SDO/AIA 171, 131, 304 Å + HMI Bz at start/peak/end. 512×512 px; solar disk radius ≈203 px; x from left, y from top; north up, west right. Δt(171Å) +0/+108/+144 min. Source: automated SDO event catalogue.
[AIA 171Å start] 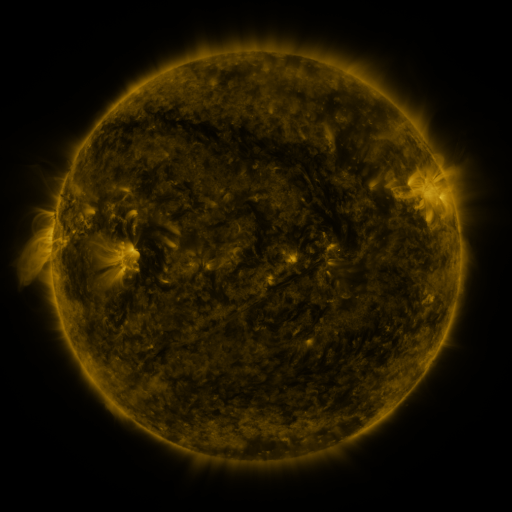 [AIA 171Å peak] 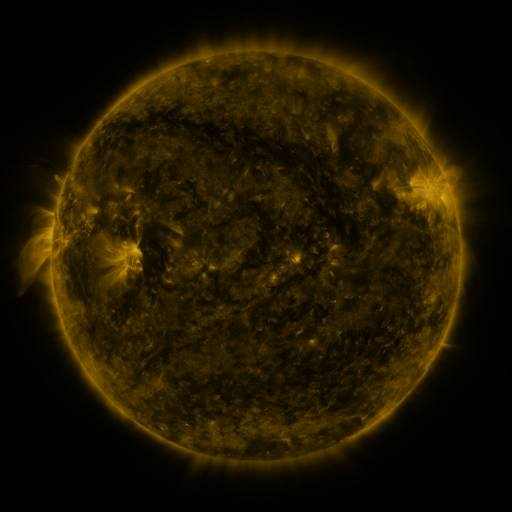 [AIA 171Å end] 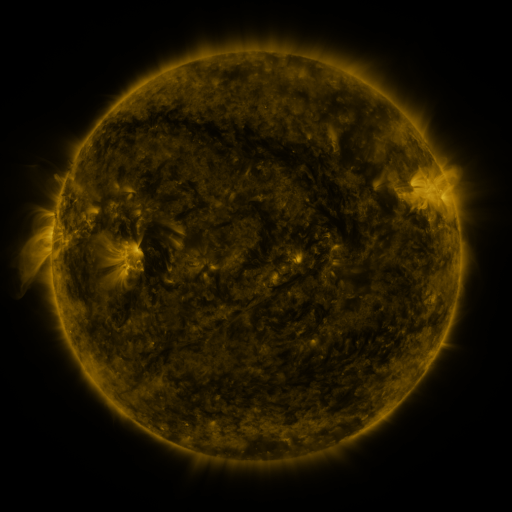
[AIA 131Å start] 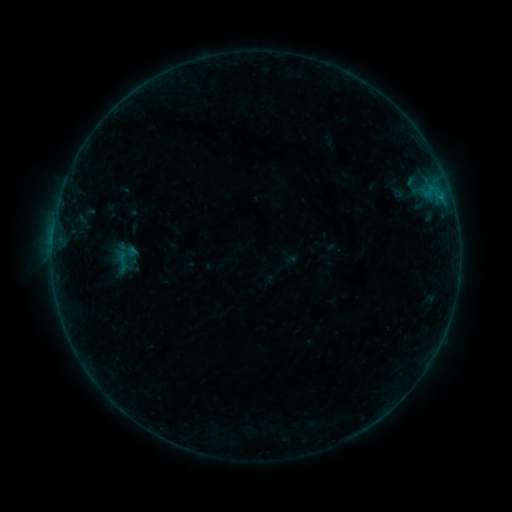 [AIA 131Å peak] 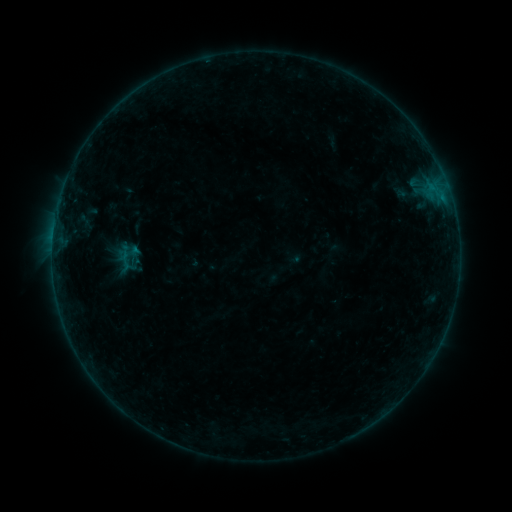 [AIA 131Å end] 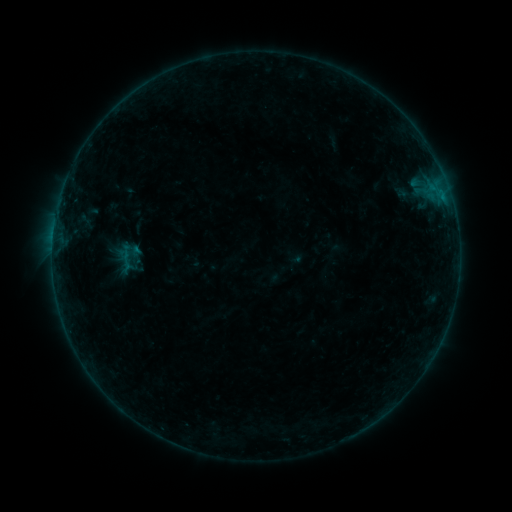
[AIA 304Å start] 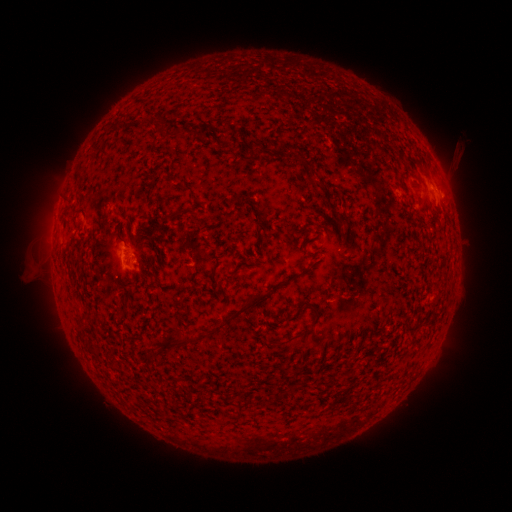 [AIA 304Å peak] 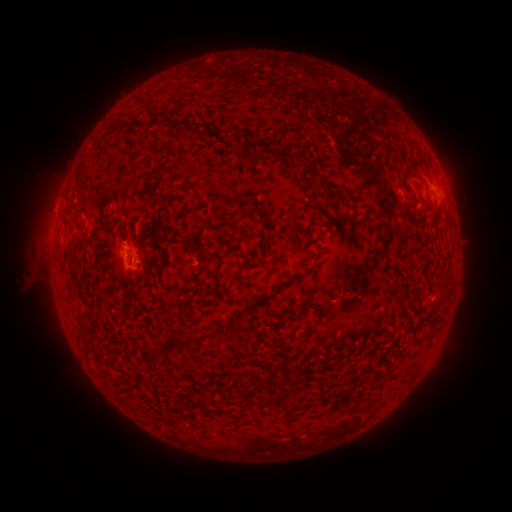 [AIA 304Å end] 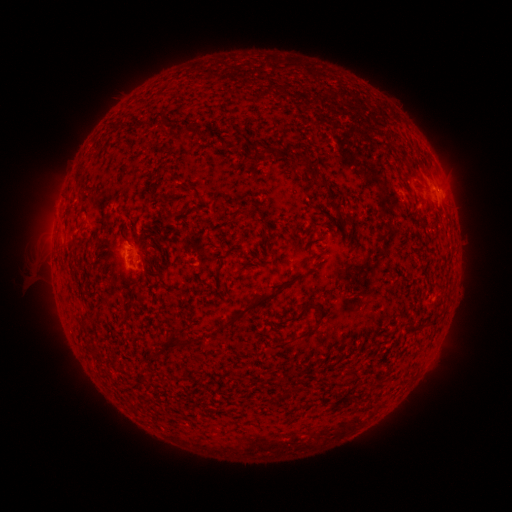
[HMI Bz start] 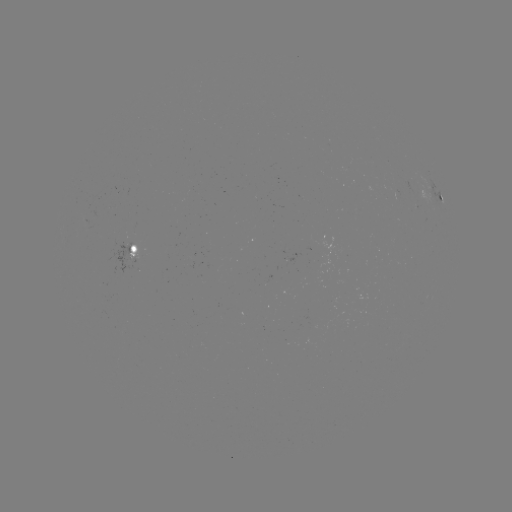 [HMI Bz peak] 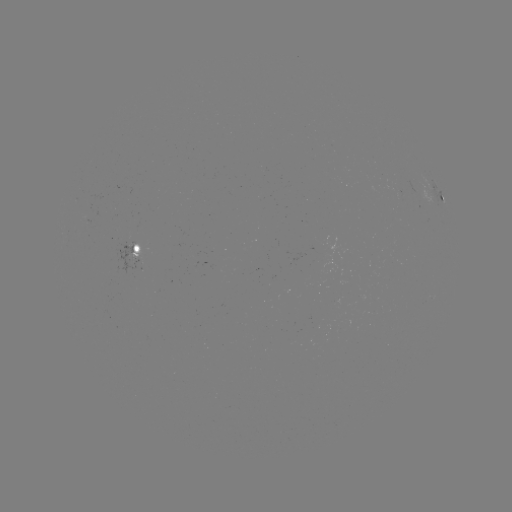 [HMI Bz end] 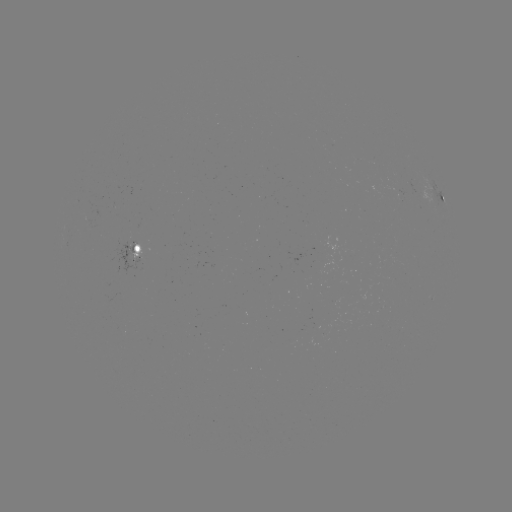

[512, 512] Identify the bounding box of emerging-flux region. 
[386, 185, 403, 193].